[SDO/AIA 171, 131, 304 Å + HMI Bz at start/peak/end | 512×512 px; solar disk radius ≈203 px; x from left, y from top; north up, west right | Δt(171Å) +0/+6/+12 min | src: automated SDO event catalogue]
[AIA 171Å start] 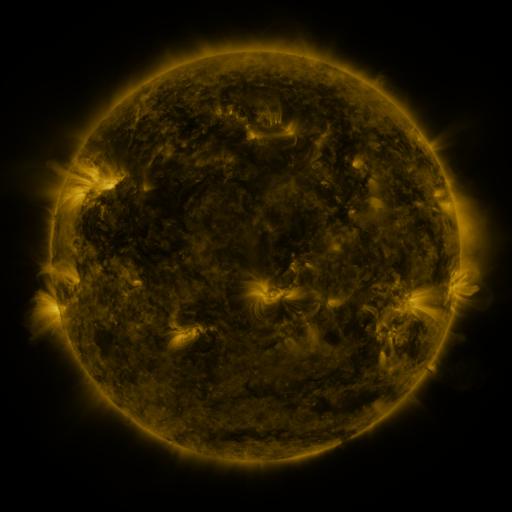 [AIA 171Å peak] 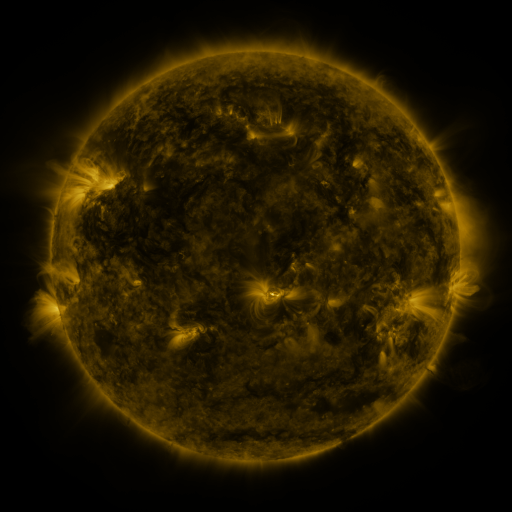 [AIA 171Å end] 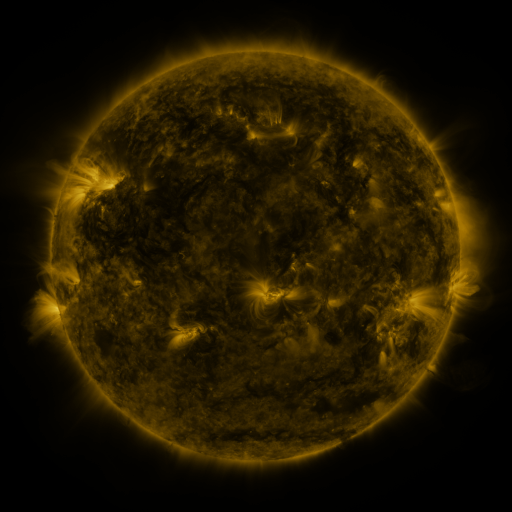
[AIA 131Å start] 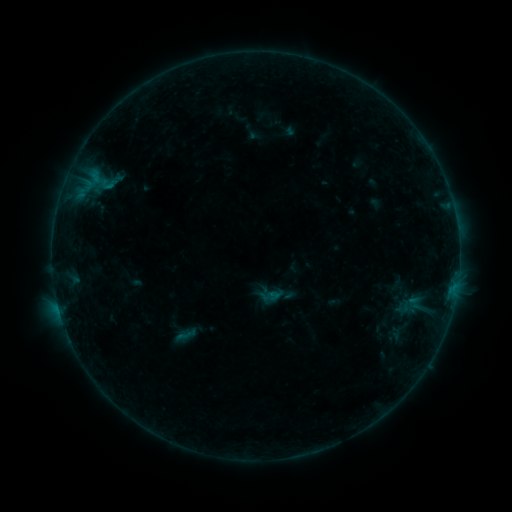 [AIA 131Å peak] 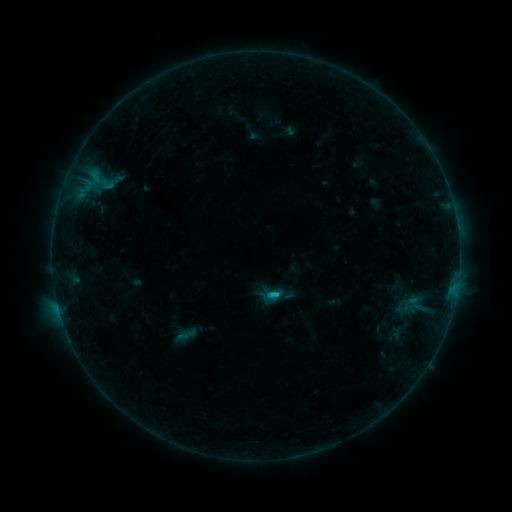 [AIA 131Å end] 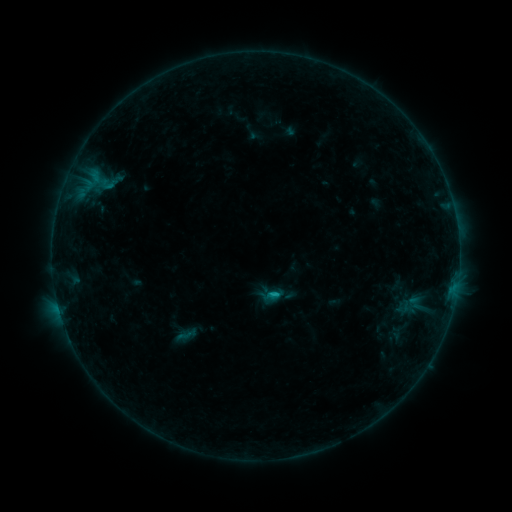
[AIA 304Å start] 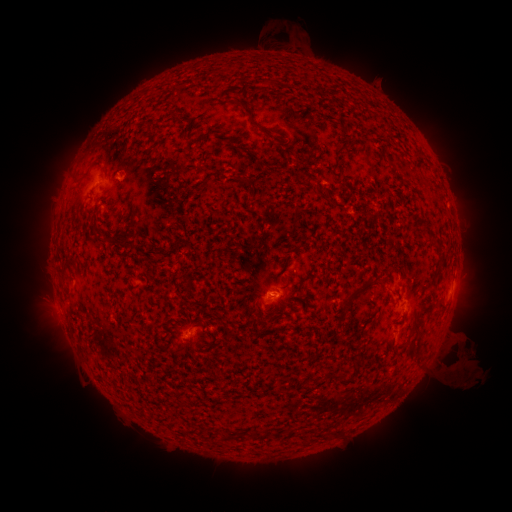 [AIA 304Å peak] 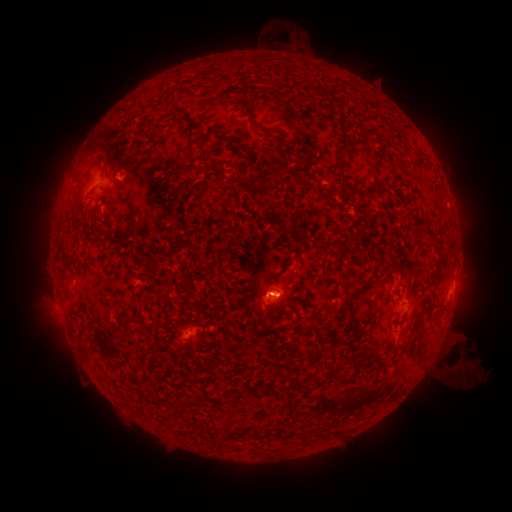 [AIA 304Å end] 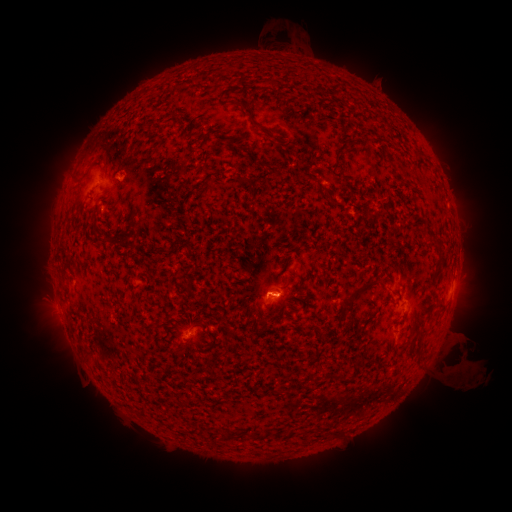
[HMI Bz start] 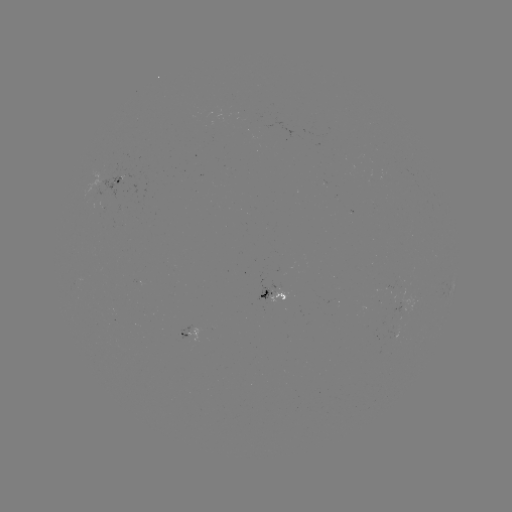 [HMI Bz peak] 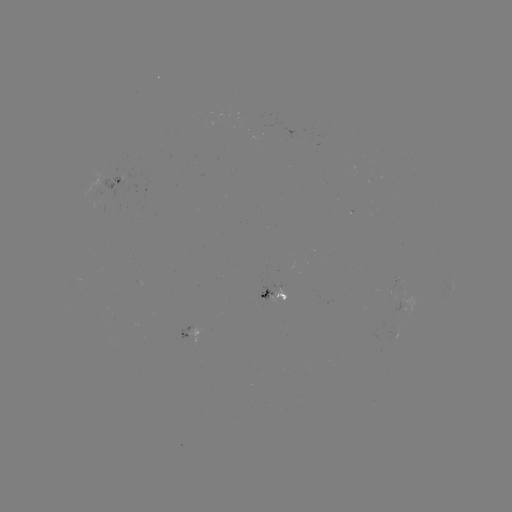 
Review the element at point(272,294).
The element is B8.3 flare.